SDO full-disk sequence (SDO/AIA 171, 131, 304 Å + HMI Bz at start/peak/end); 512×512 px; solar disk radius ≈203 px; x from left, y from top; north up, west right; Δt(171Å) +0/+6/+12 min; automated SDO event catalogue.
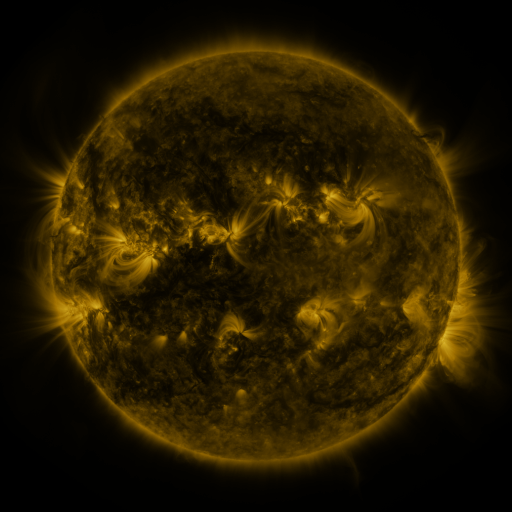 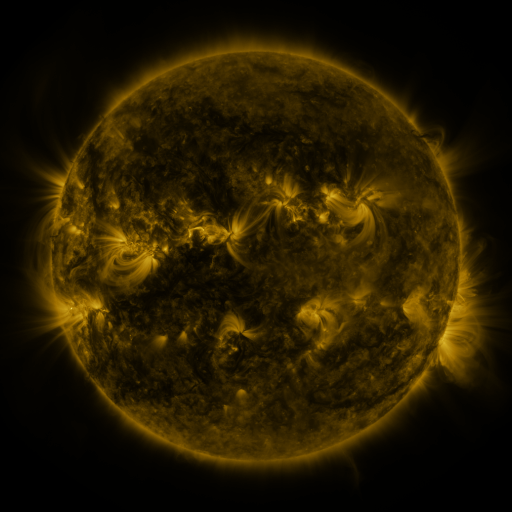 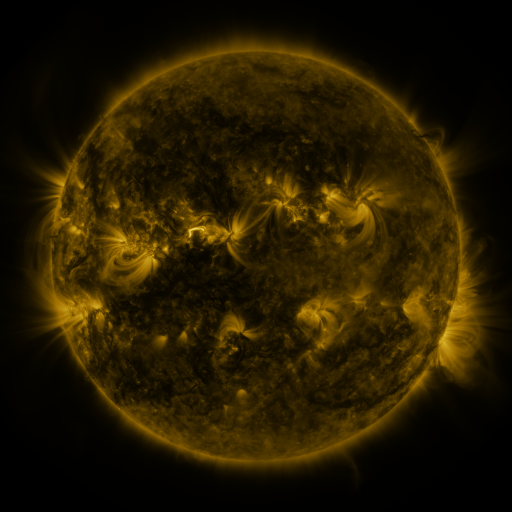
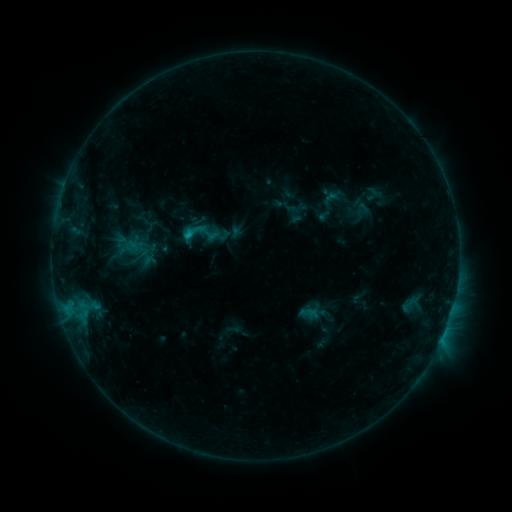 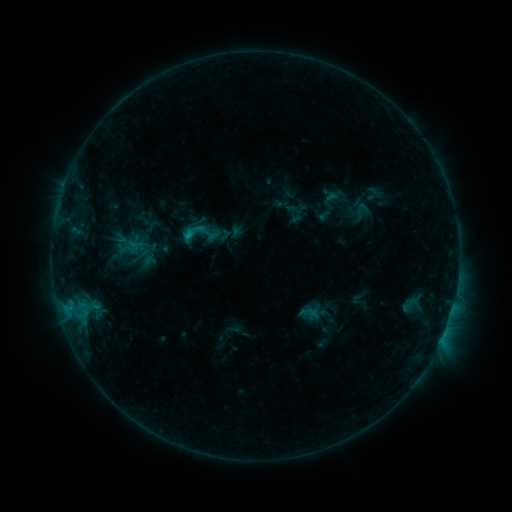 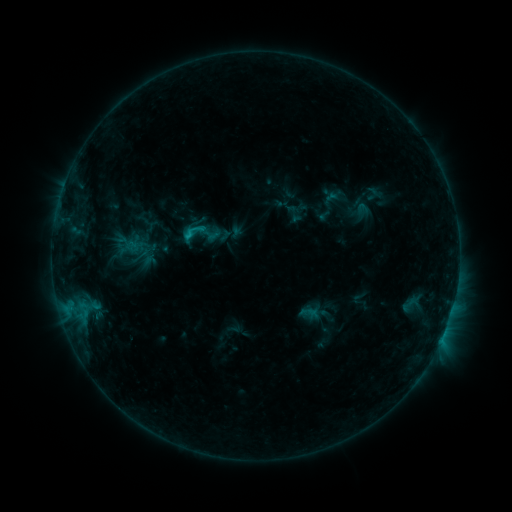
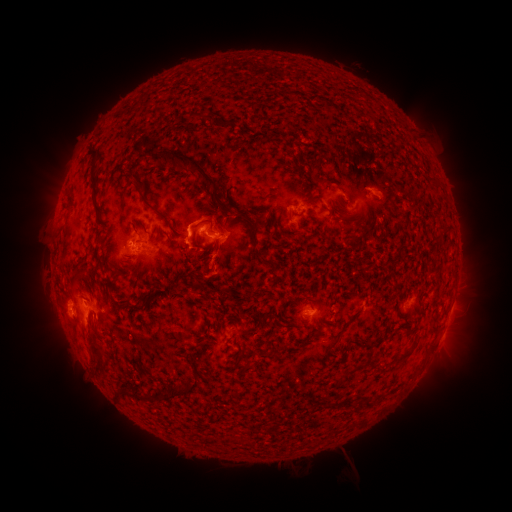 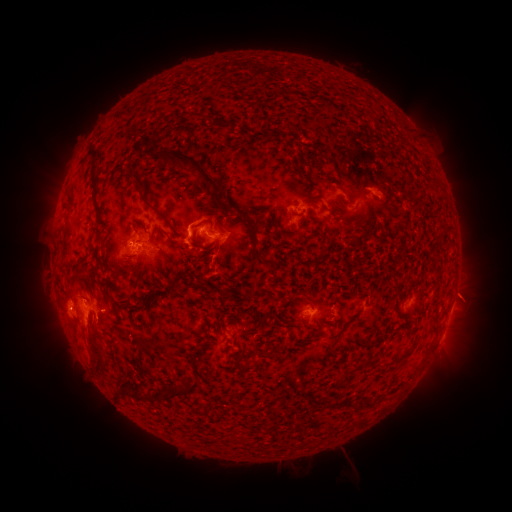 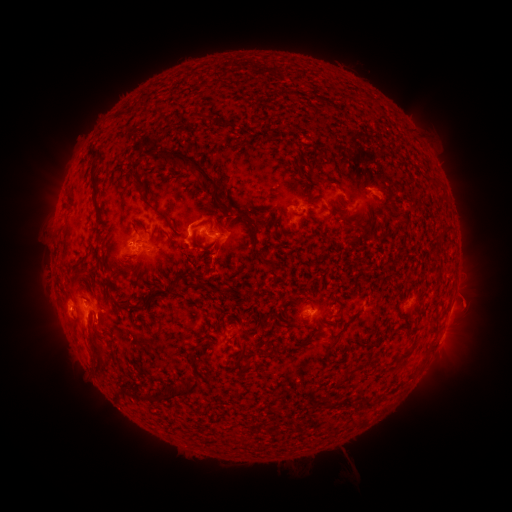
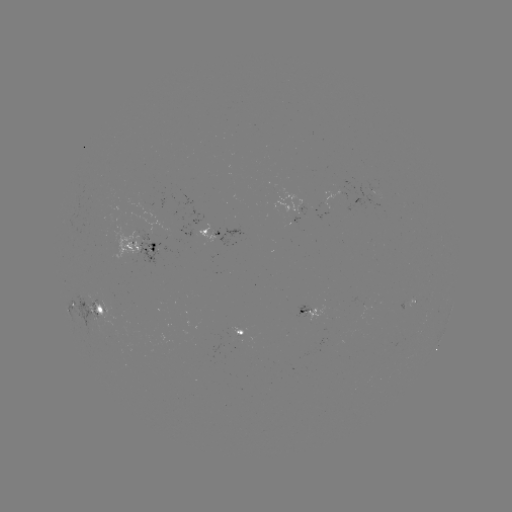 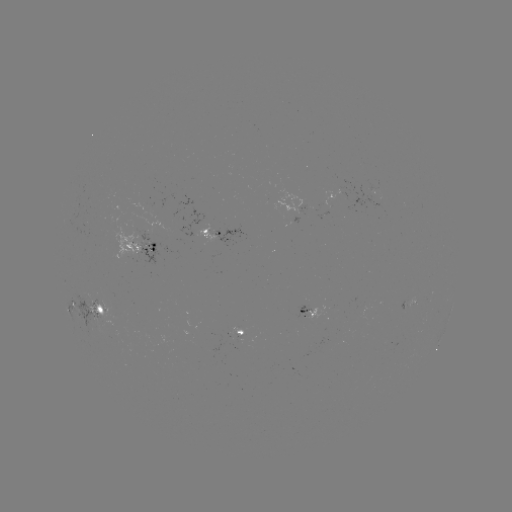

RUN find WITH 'eruption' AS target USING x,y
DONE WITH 471,300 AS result